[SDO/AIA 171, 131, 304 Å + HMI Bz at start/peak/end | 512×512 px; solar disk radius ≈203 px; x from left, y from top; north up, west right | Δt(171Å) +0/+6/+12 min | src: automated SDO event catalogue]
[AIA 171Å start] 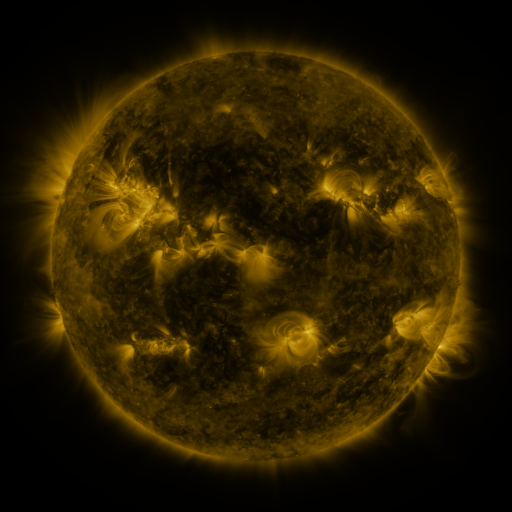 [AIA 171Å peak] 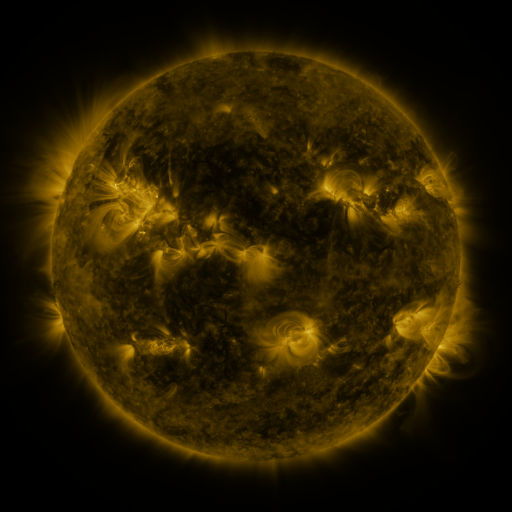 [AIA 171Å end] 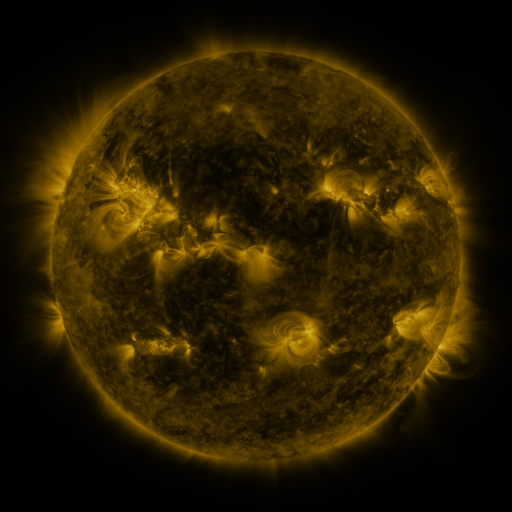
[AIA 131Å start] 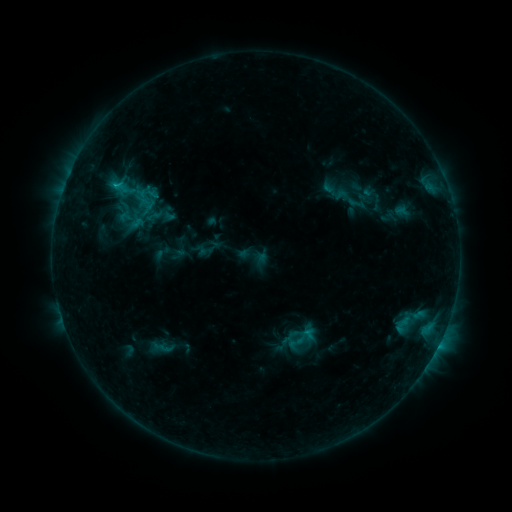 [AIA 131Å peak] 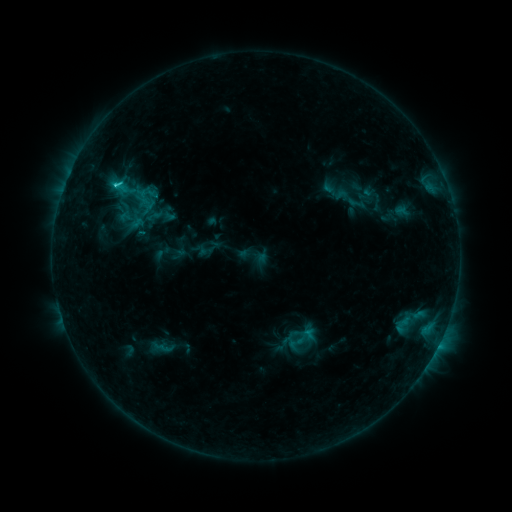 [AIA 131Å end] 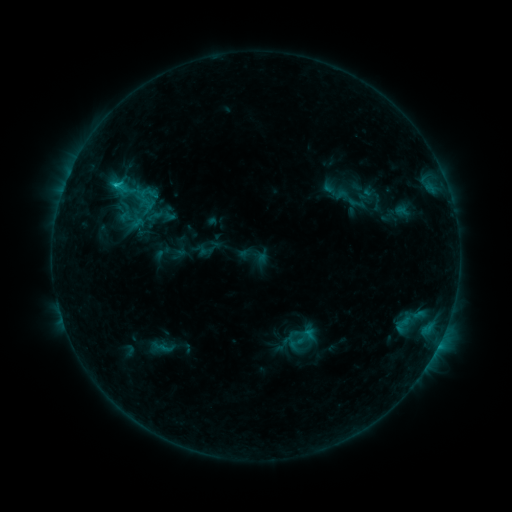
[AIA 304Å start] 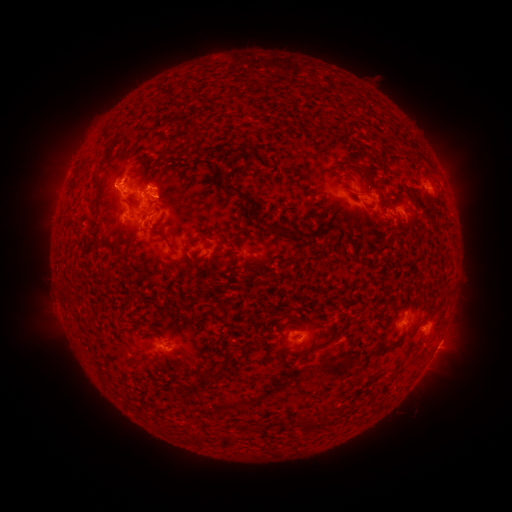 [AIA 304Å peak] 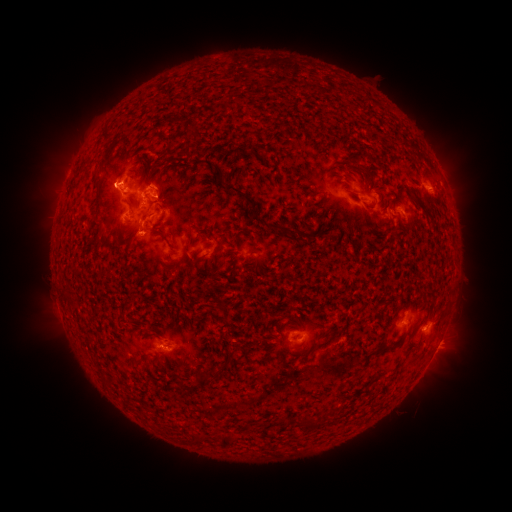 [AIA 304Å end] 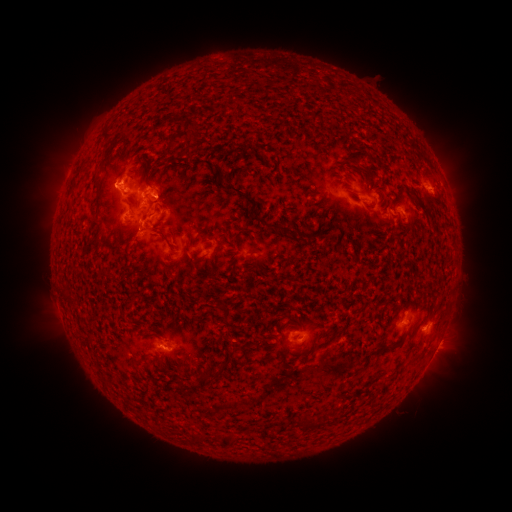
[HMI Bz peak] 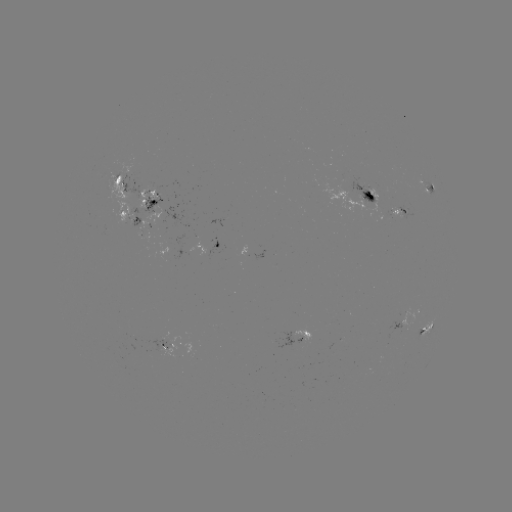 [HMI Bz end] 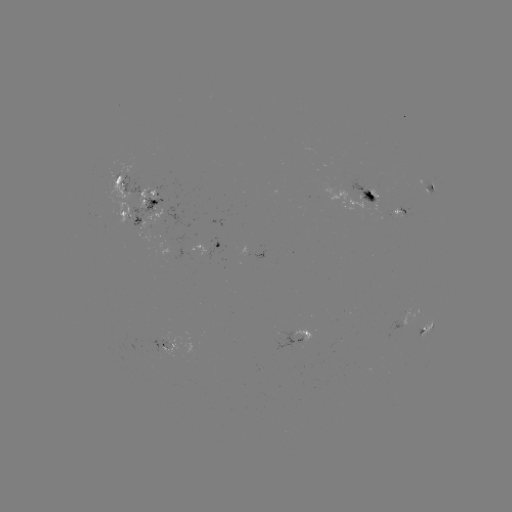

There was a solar flare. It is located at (116, 185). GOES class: C1.3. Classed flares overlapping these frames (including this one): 1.